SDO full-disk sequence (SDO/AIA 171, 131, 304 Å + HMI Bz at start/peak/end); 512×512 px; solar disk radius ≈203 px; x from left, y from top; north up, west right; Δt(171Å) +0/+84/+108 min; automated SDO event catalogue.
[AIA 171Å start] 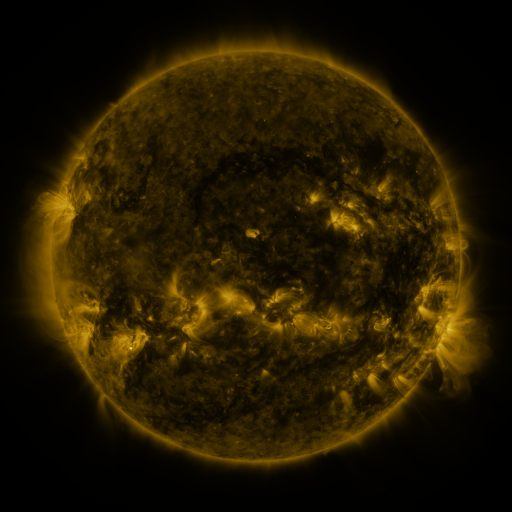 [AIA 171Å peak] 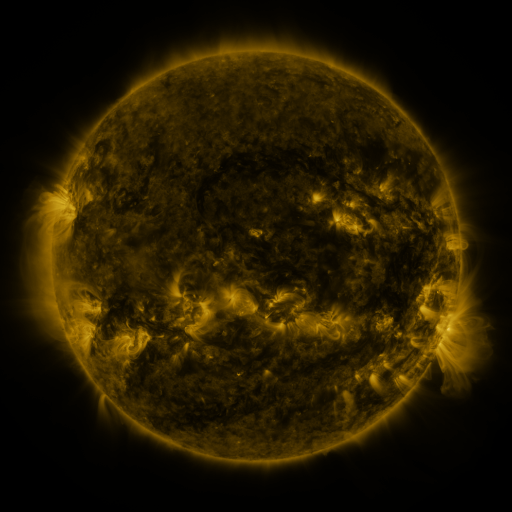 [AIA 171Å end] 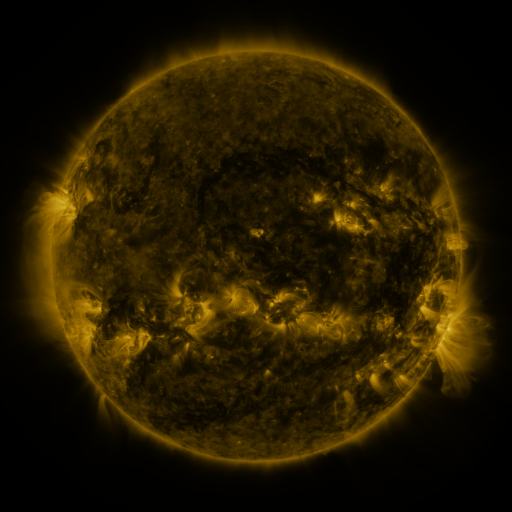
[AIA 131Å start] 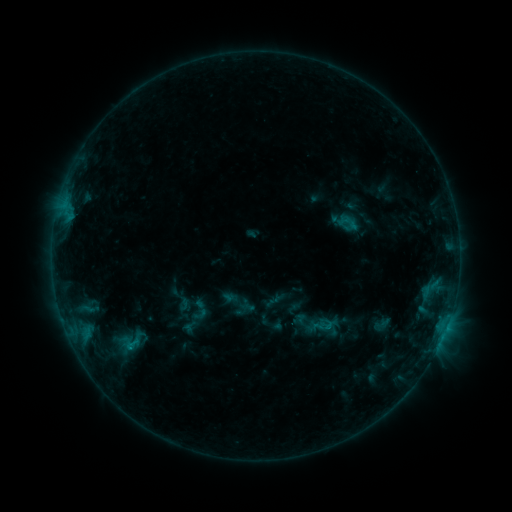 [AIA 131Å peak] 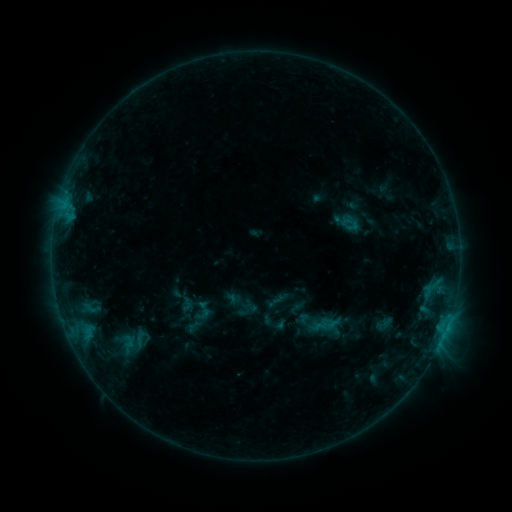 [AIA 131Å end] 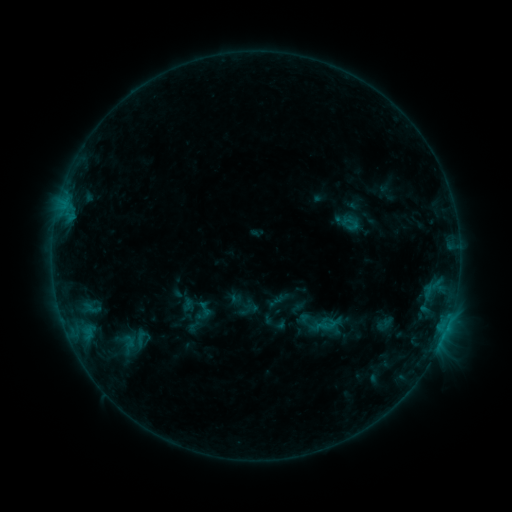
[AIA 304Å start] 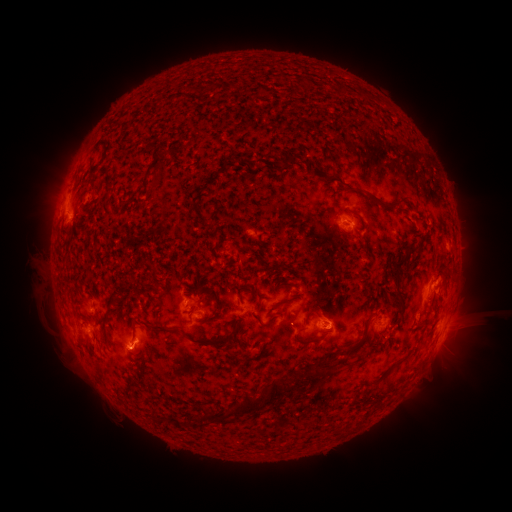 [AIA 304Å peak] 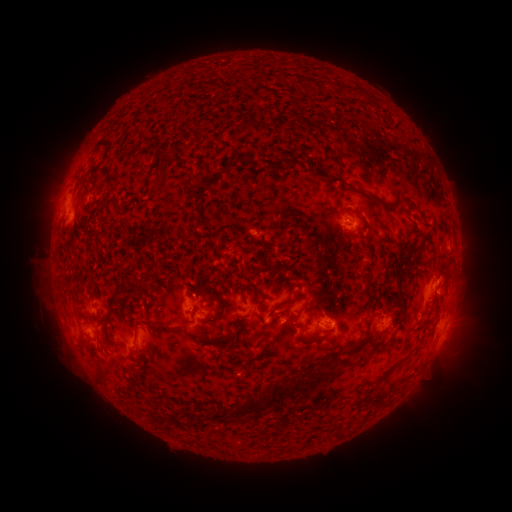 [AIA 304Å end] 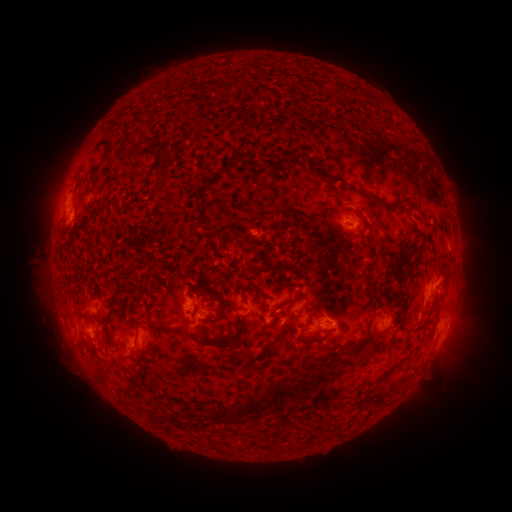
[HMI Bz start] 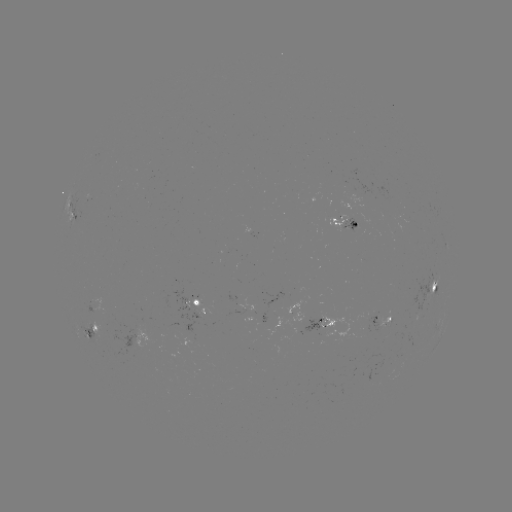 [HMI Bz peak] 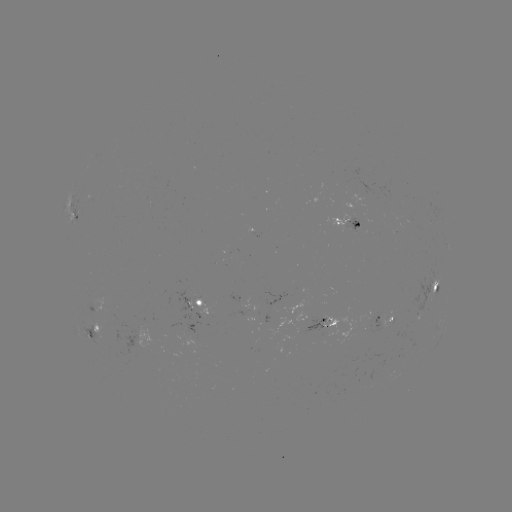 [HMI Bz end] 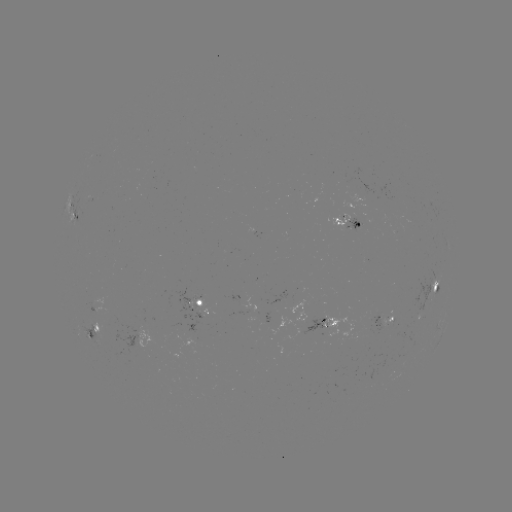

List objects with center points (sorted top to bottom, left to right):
emerging-flux region: (166, 387)
